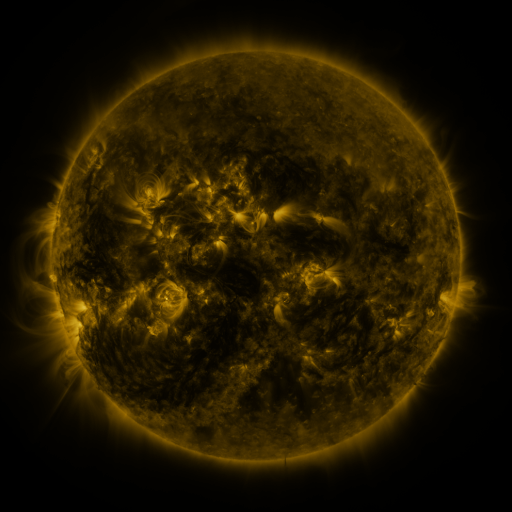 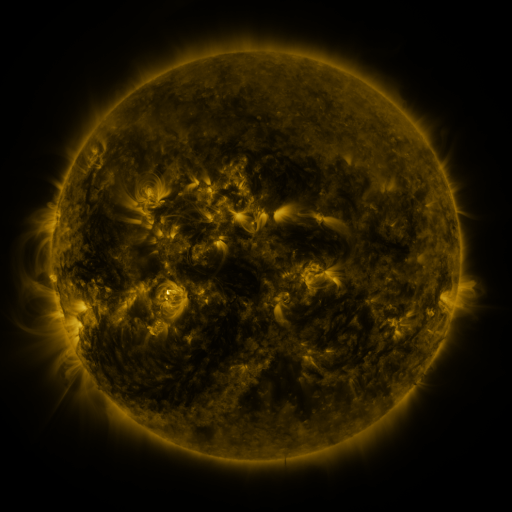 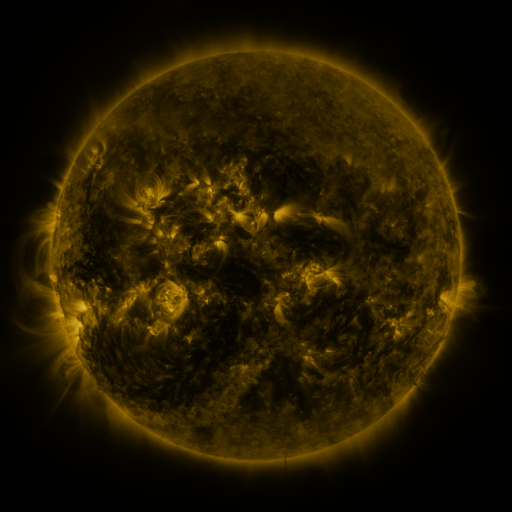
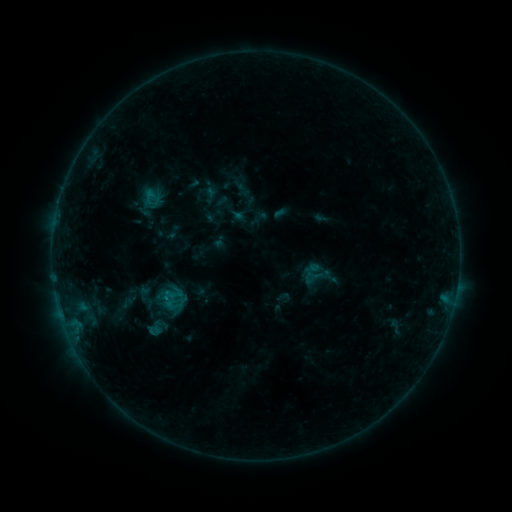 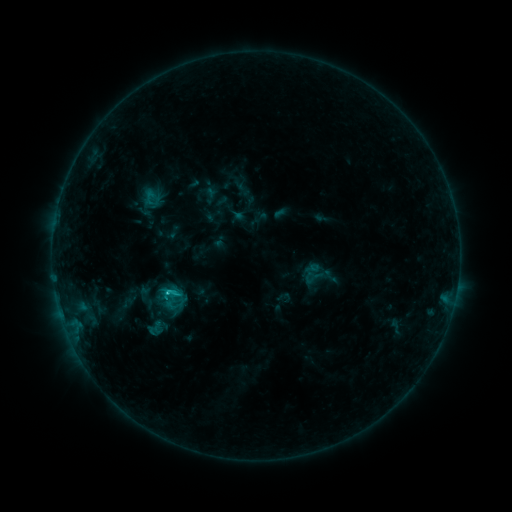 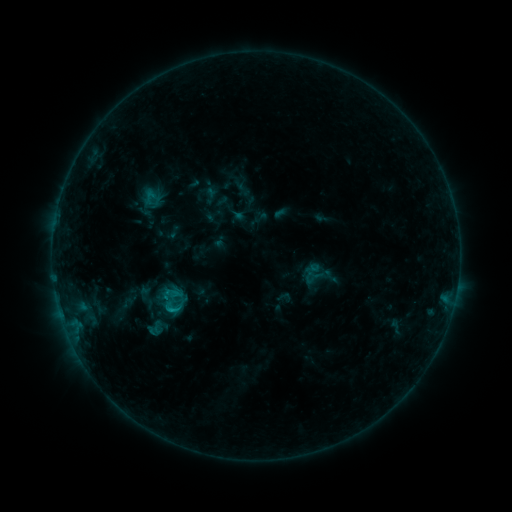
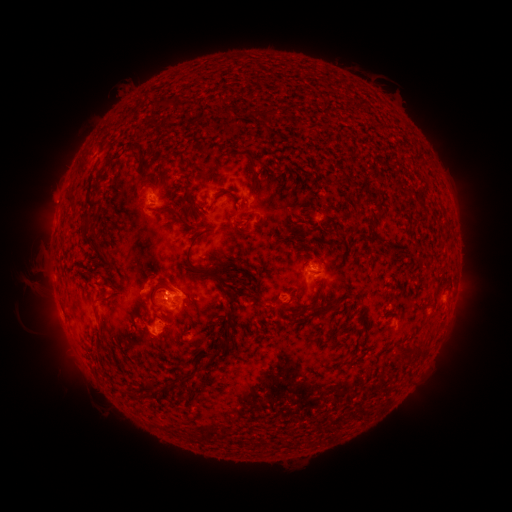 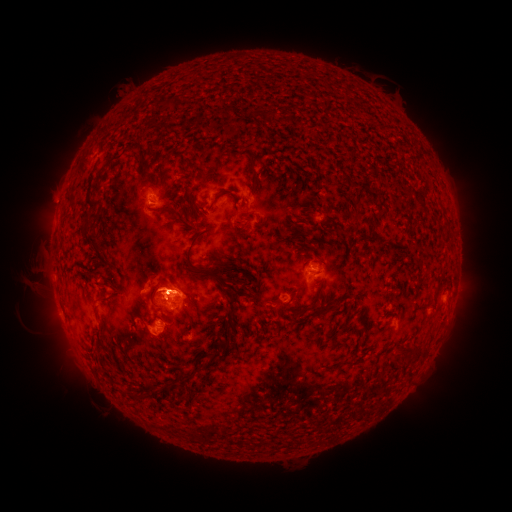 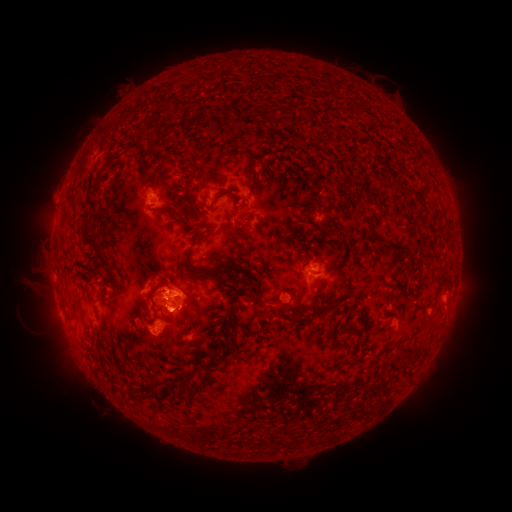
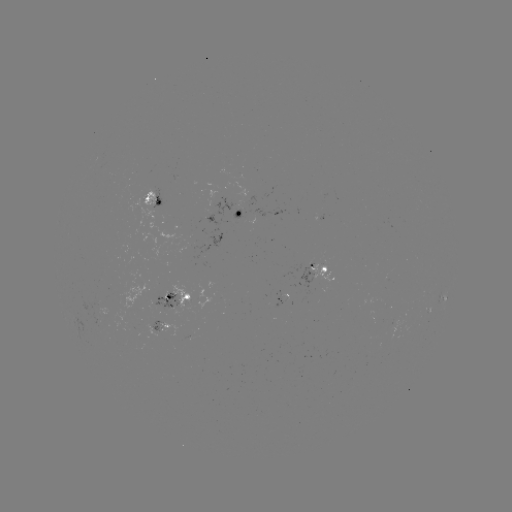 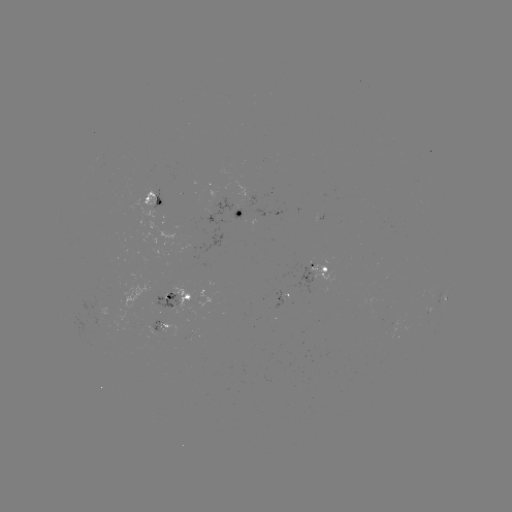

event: eruption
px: (180, 285)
